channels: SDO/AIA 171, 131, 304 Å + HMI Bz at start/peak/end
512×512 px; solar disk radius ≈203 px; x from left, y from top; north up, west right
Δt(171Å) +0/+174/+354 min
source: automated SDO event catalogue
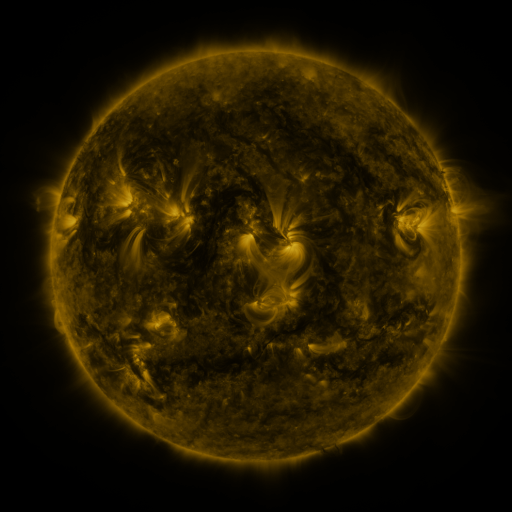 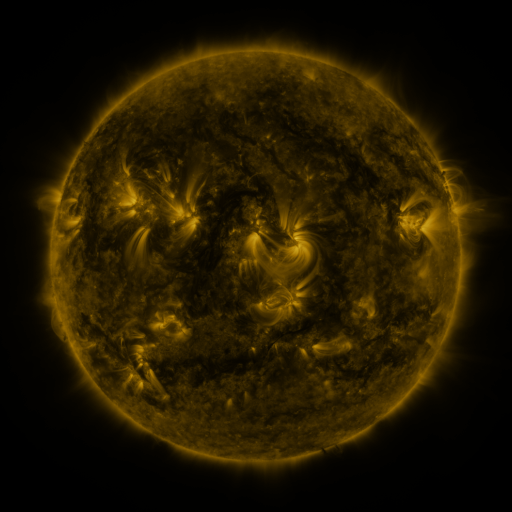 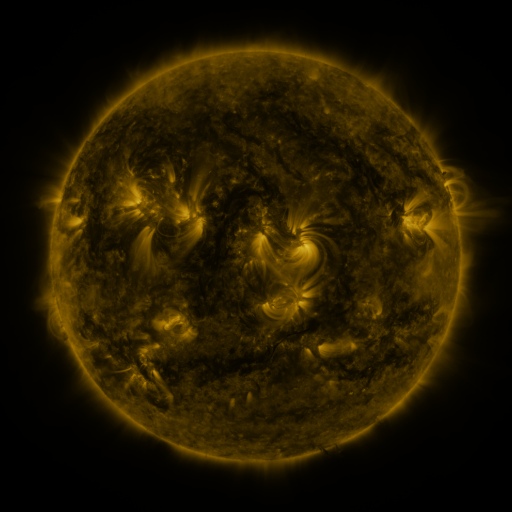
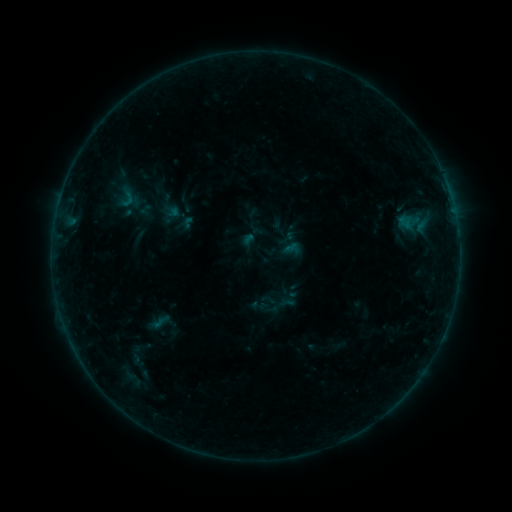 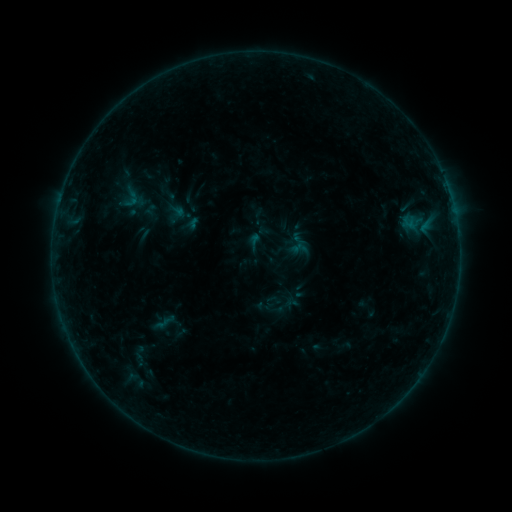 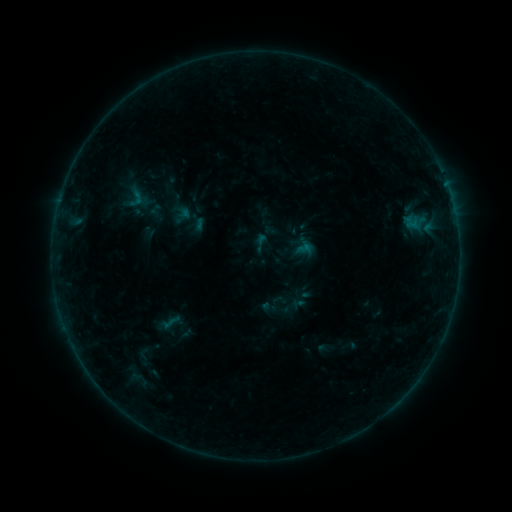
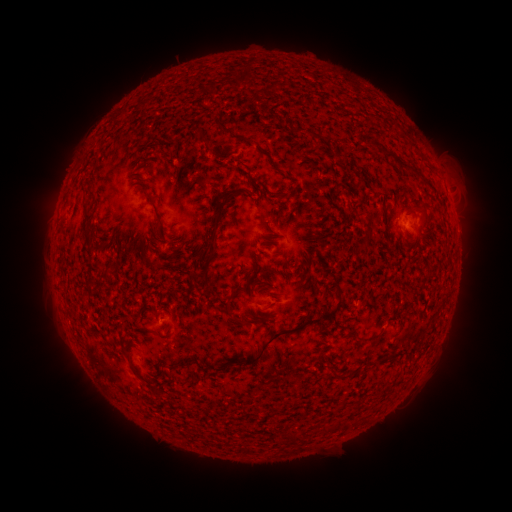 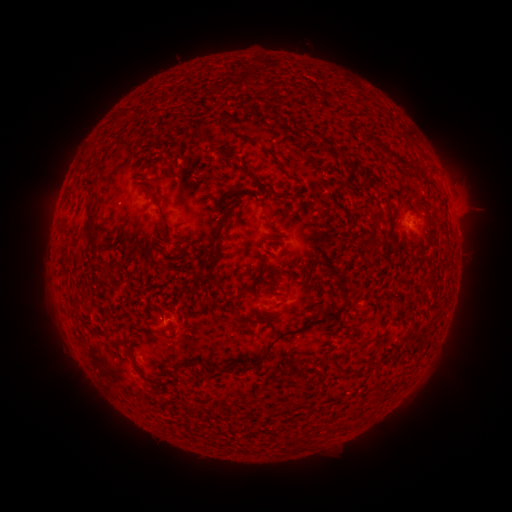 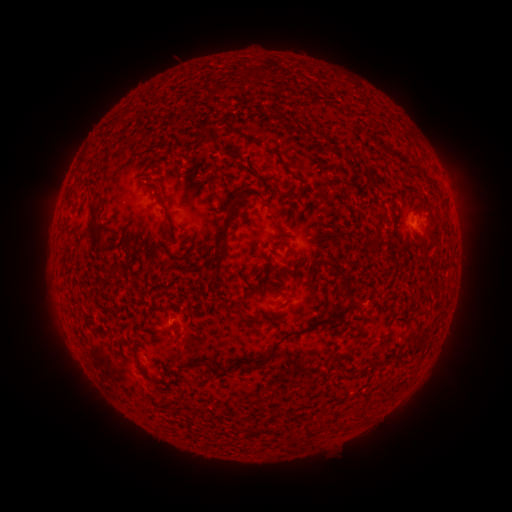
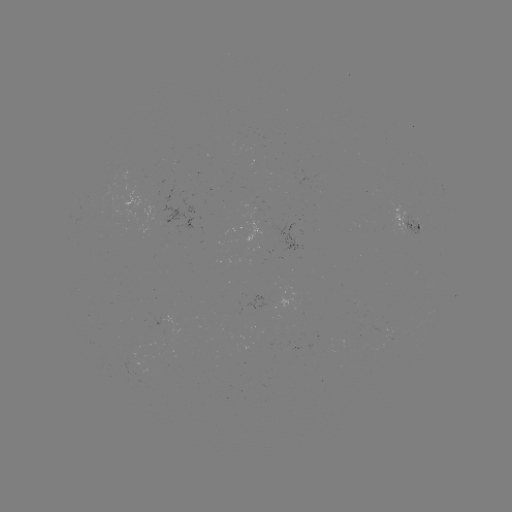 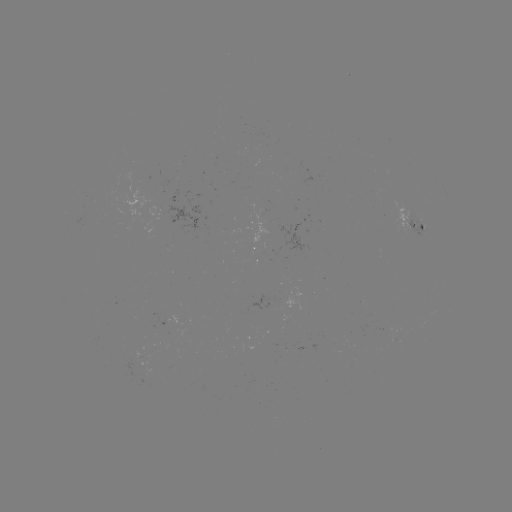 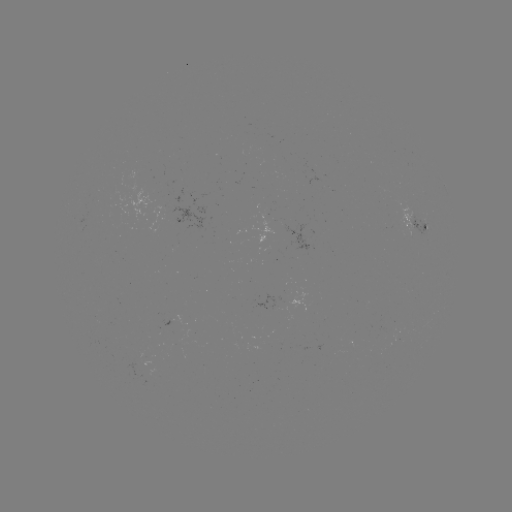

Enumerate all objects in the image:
filament eruption: (457, 180)
